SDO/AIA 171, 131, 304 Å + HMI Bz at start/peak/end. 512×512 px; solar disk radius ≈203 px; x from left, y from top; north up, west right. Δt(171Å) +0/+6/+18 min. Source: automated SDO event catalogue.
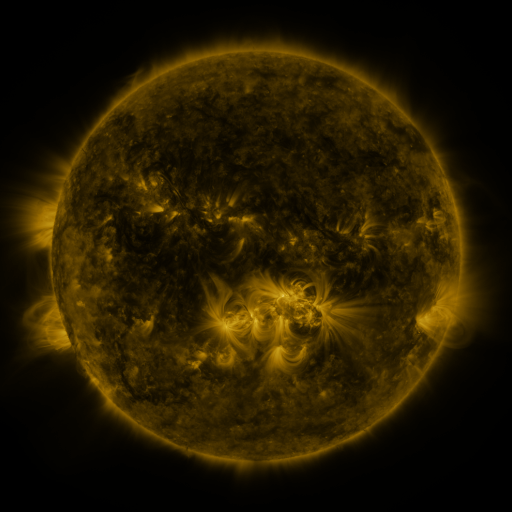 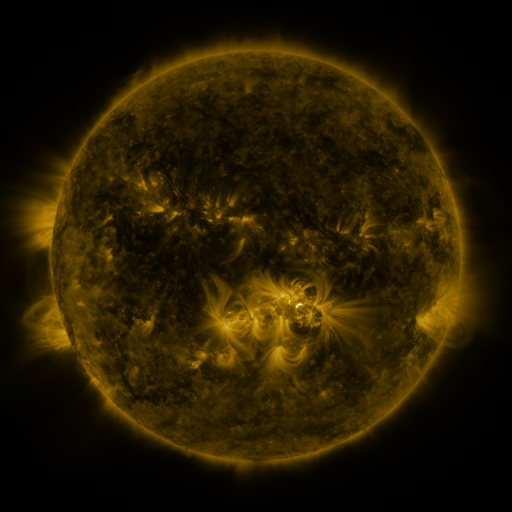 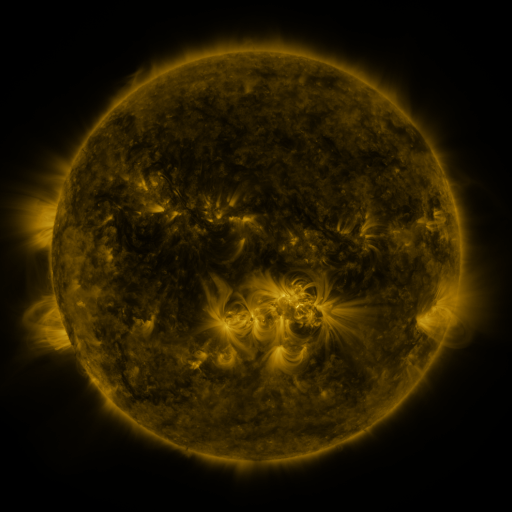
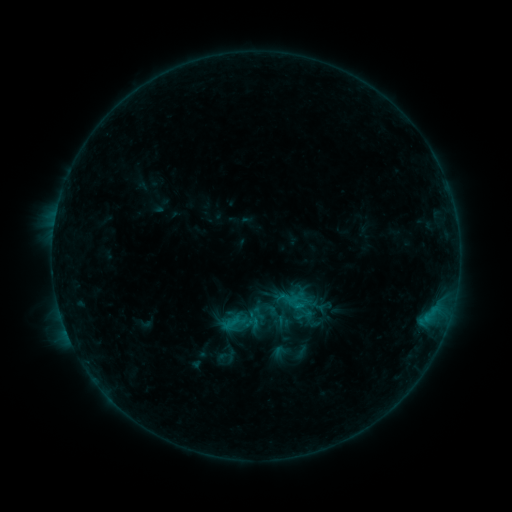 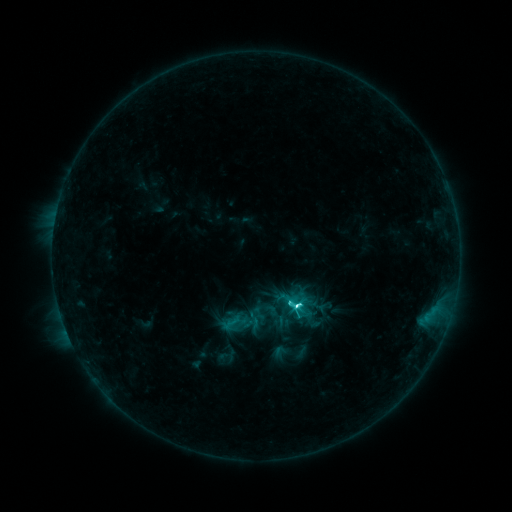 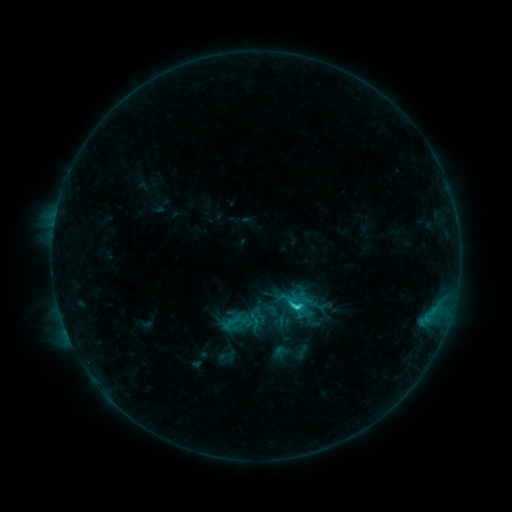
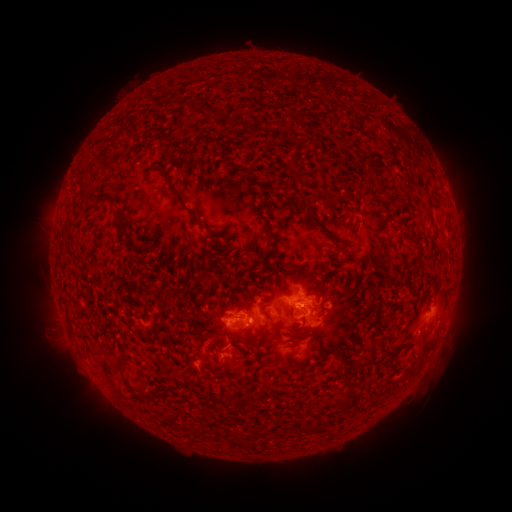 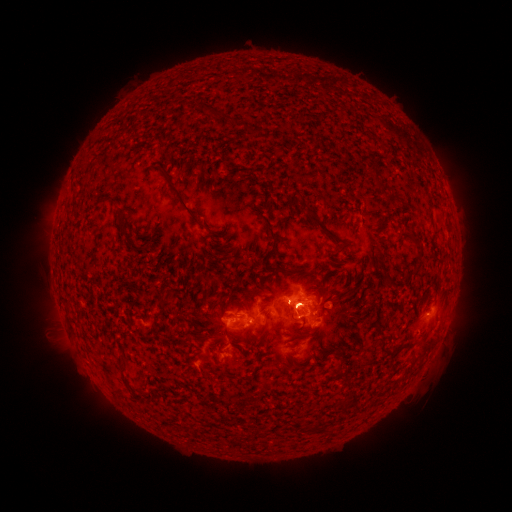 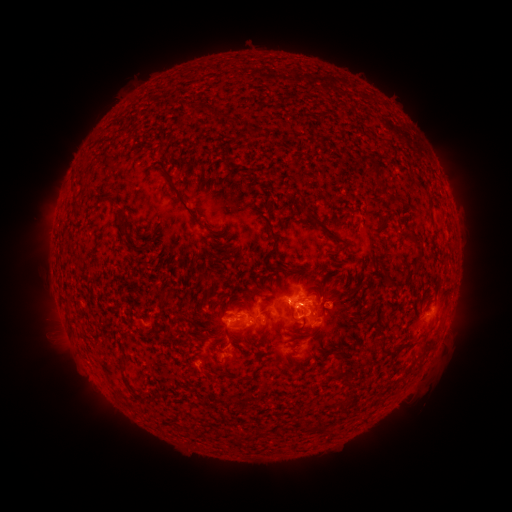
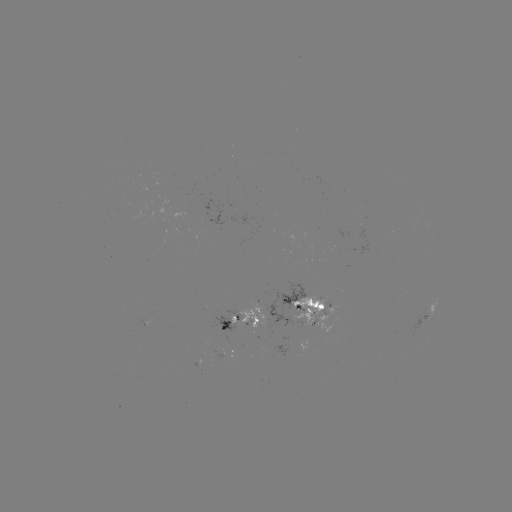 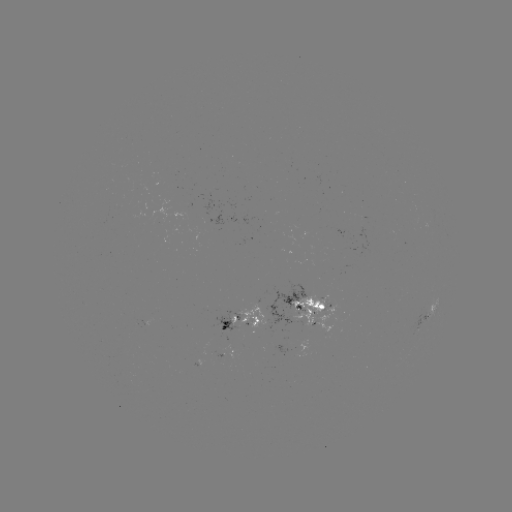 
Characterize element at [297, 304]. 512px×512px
C4.5 flare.